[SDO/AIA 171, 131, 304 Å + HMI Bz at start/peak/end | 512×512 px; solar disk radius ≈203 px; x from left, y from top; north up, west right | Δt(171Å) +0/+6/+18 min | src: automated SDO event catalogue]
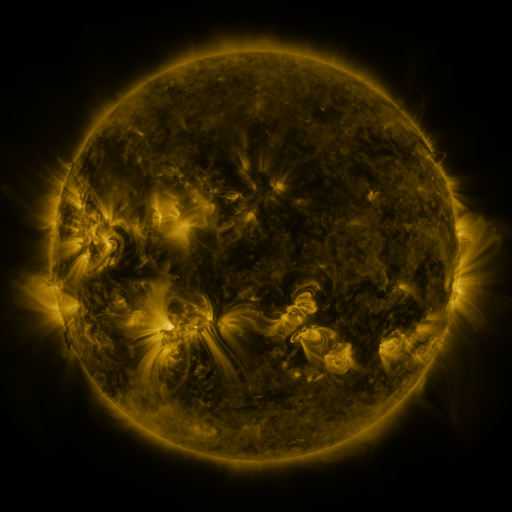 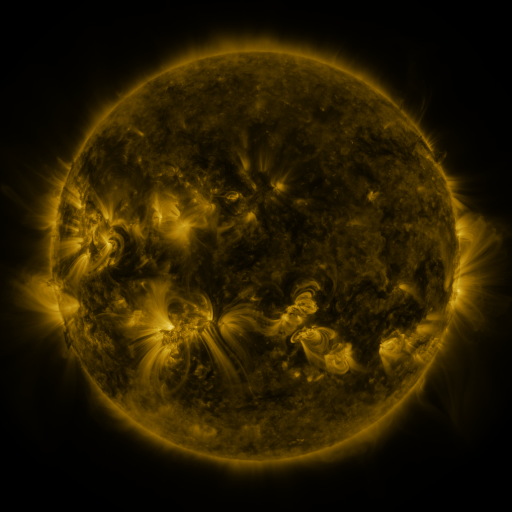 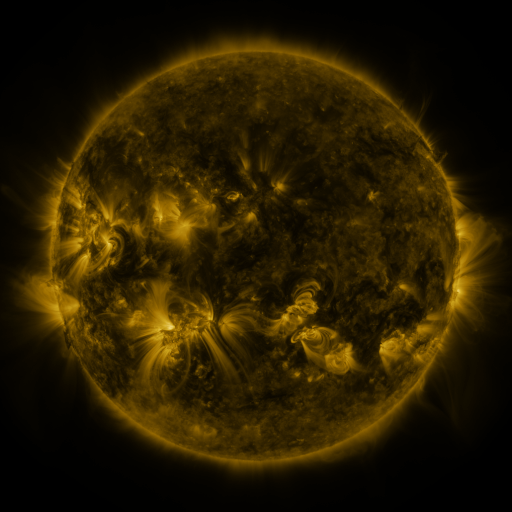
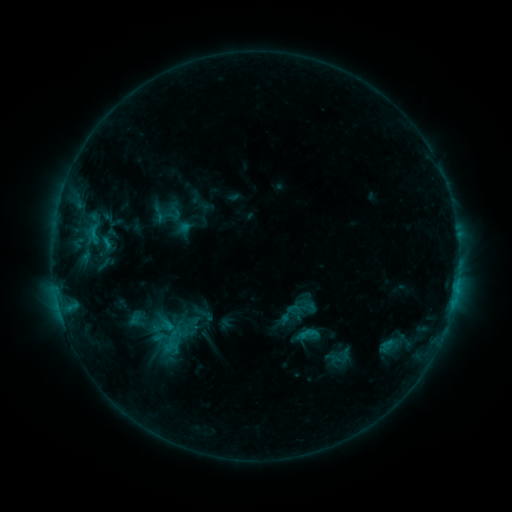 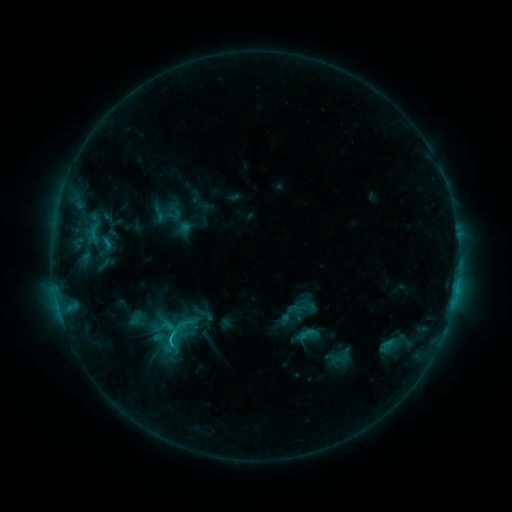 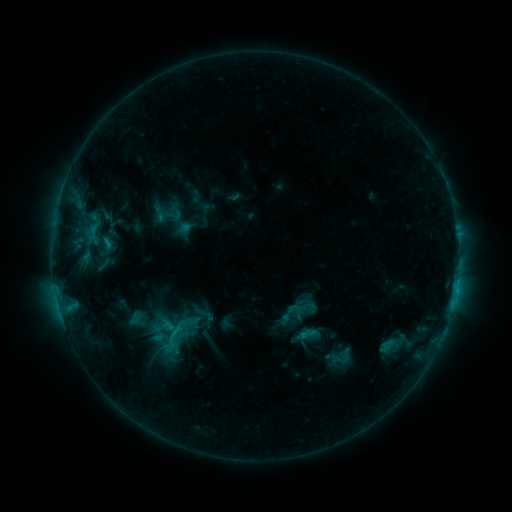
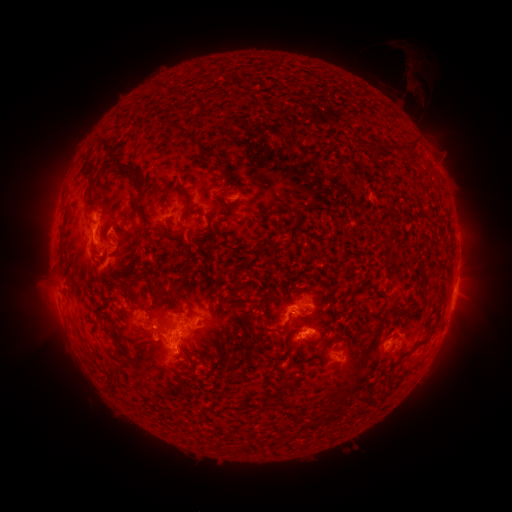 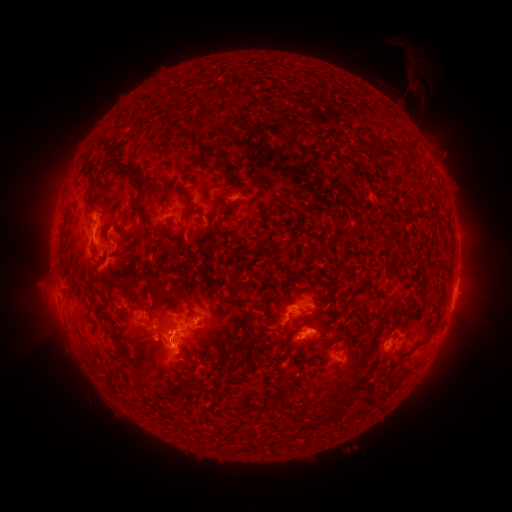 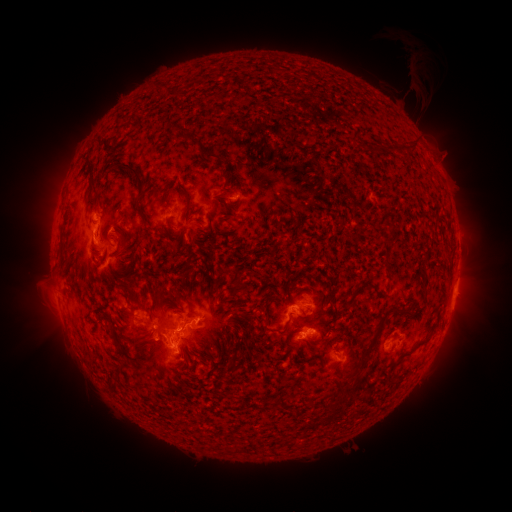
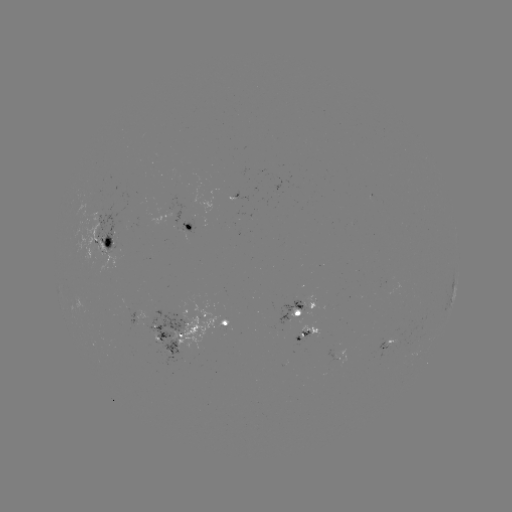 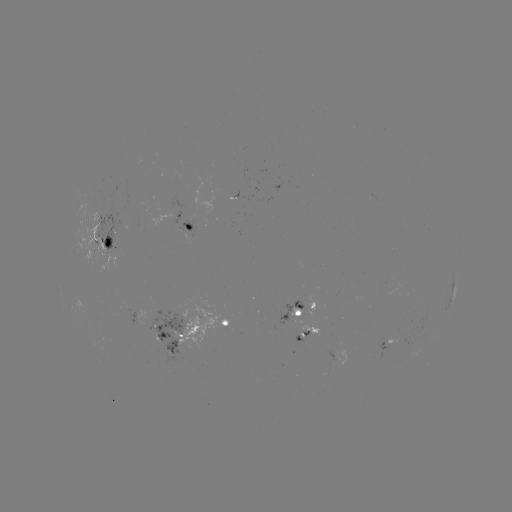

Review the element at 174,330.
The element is C1.7 flare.